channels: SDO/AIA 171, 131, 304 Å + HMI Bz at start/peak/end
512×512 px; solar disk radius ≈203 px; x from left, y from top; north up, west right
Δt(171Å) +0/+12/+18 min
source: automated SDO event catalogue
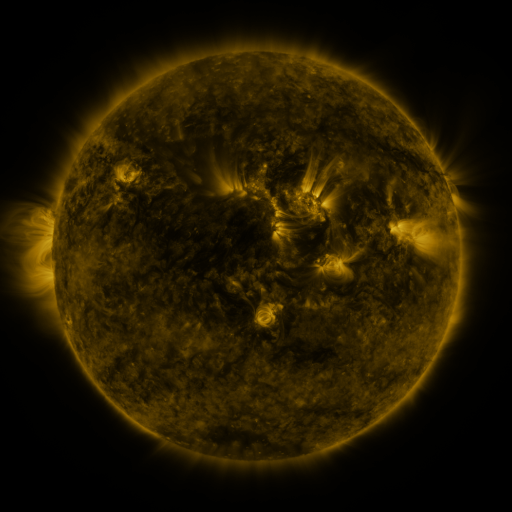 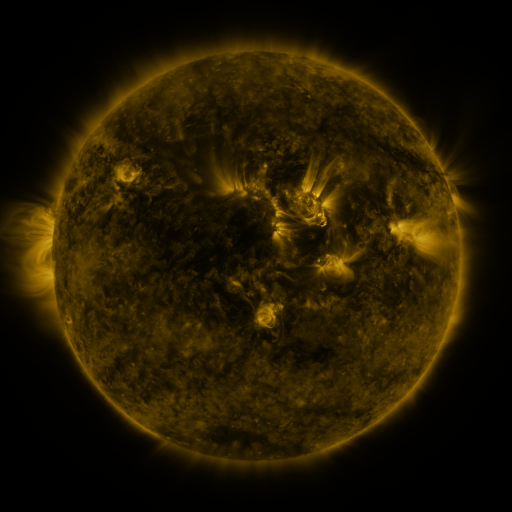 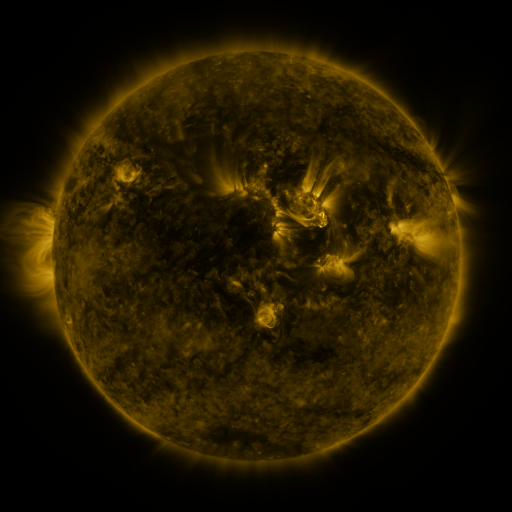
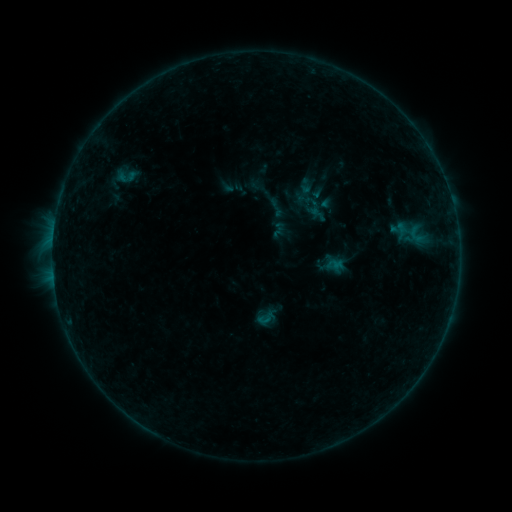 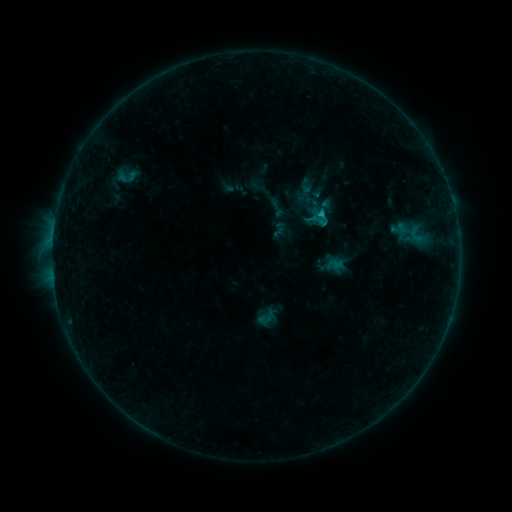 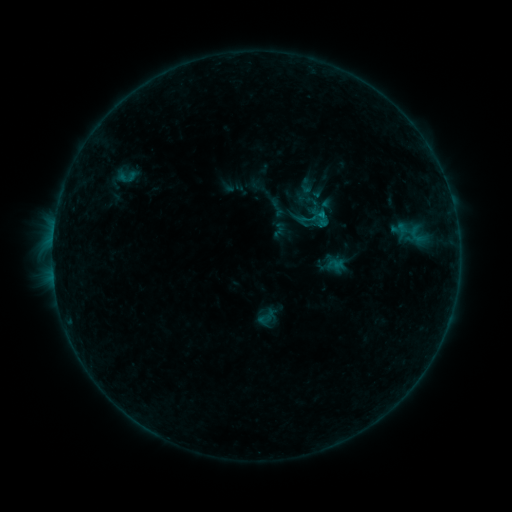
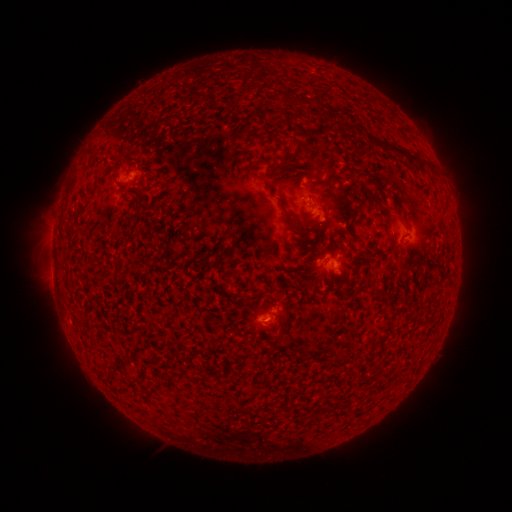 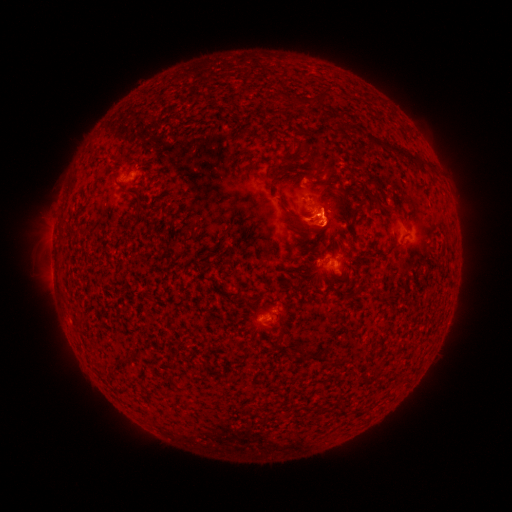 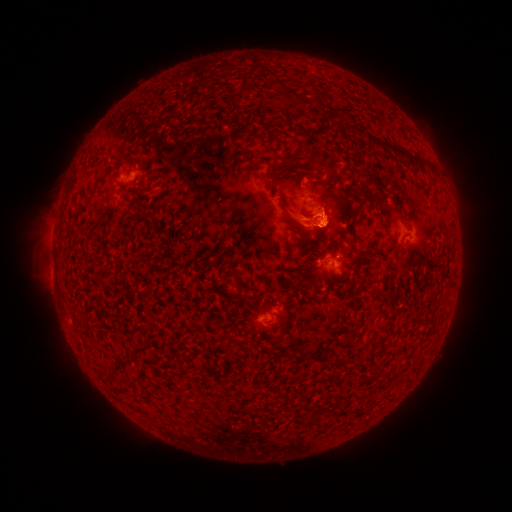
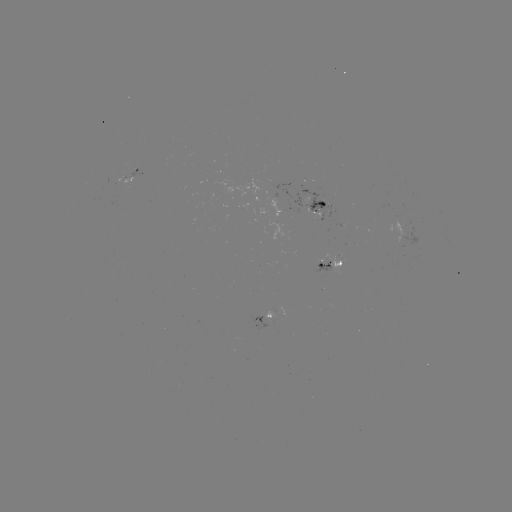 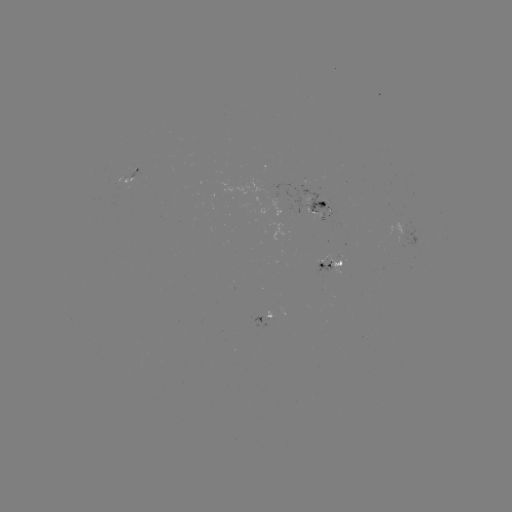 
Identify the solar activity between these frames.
B8.2 flare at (318, 217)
